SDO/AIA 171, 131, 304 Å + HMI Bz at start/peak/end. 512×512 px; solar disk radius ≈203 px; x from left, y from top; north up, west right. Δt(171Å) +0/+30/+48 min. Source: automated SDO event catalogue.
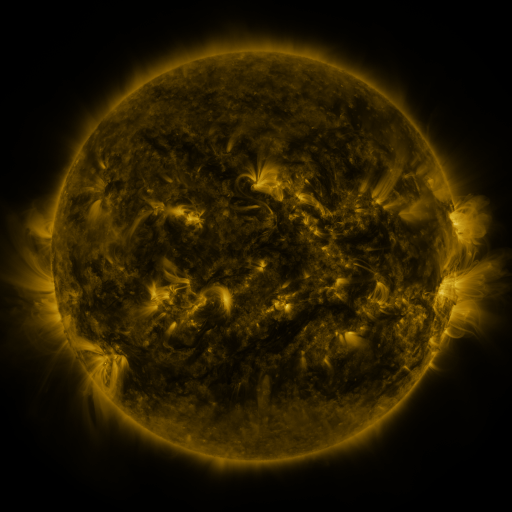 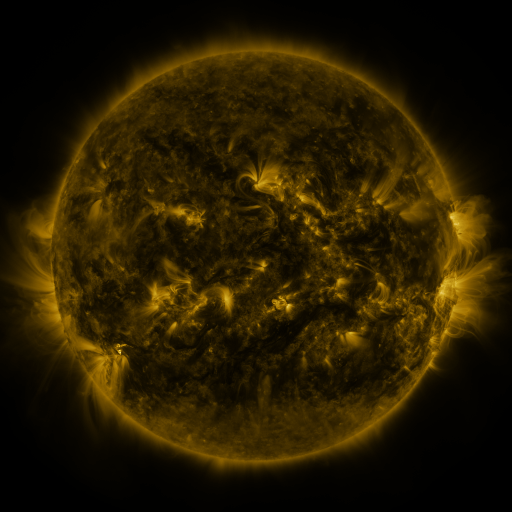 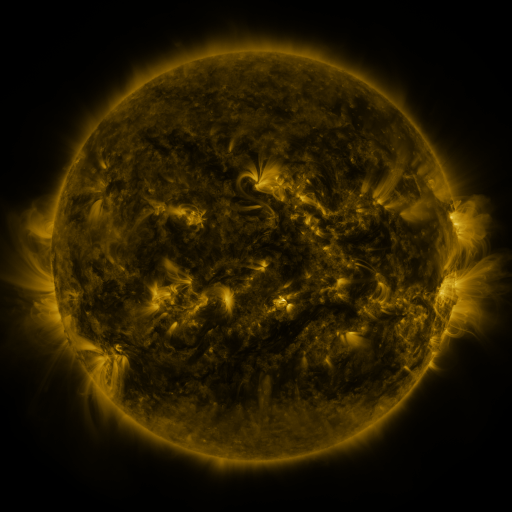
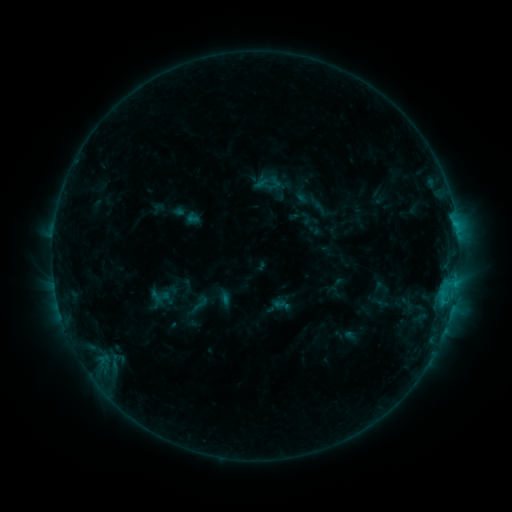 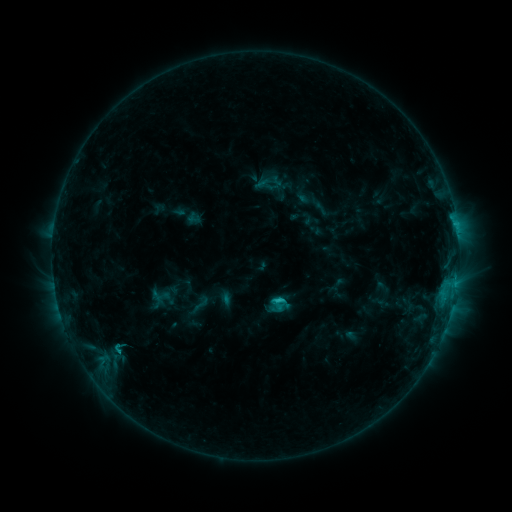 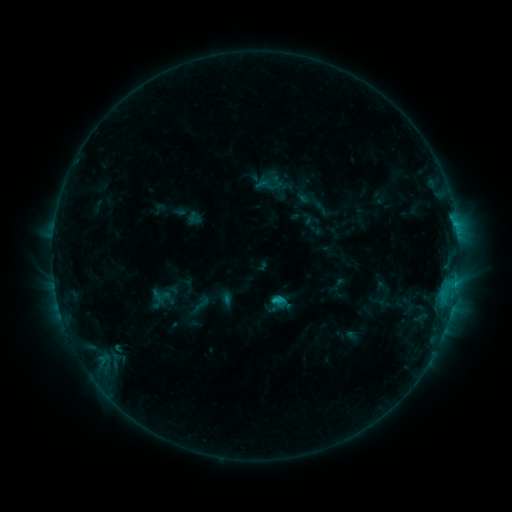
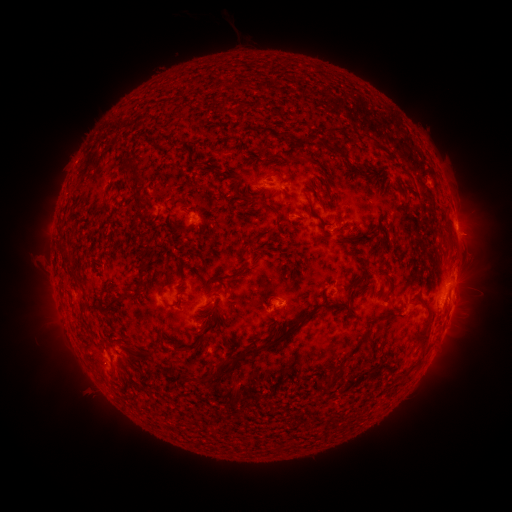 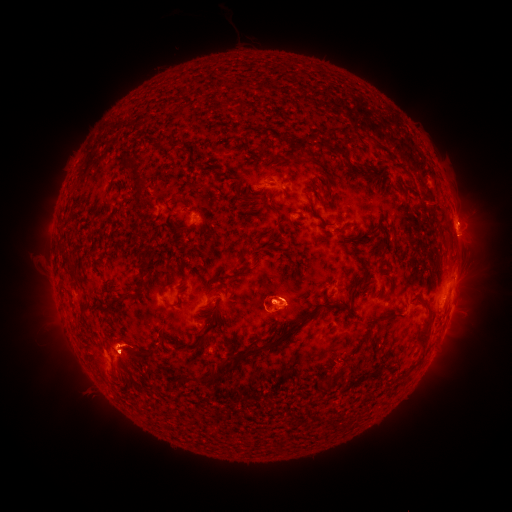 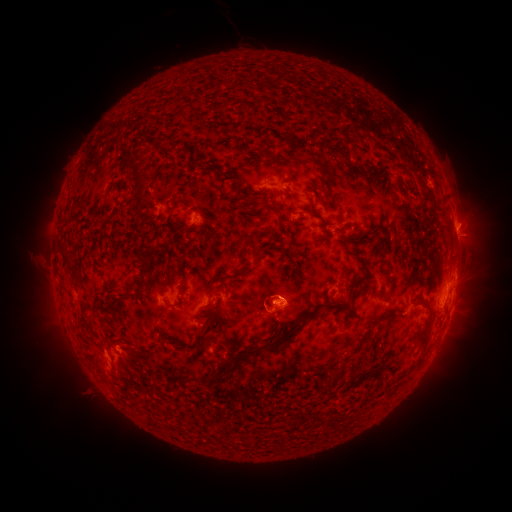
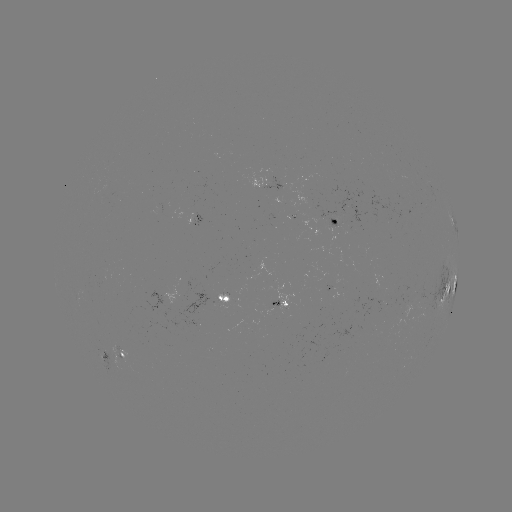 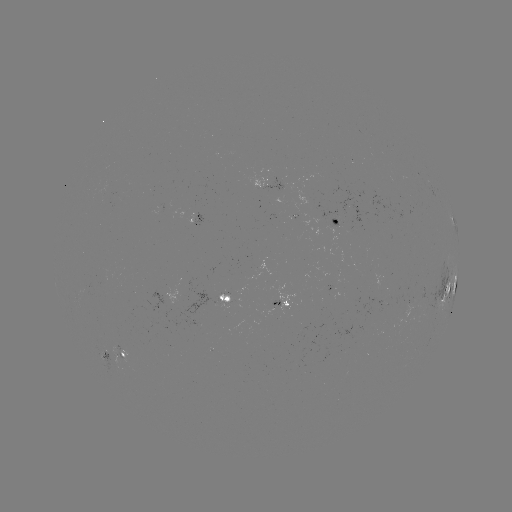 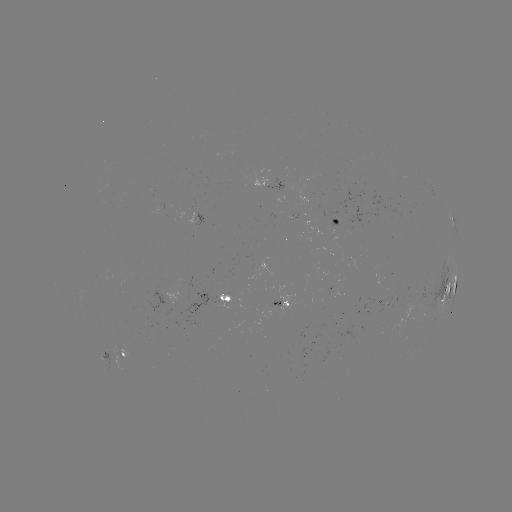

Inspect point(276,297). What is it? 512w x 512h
C1.8 flare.